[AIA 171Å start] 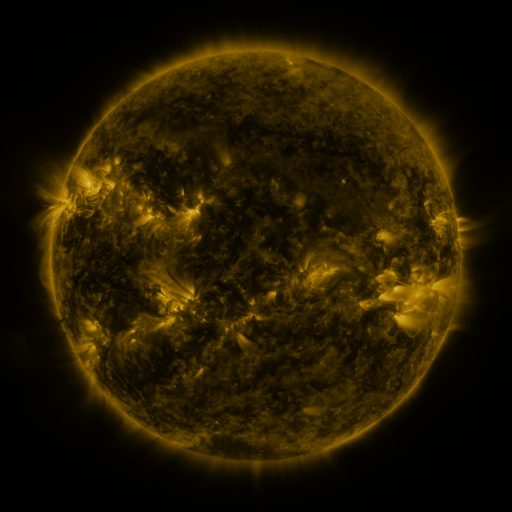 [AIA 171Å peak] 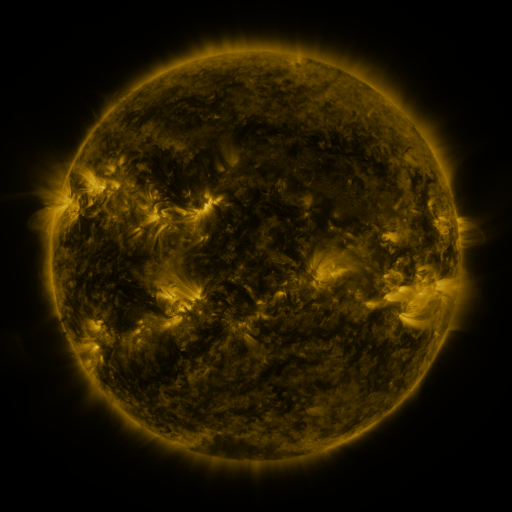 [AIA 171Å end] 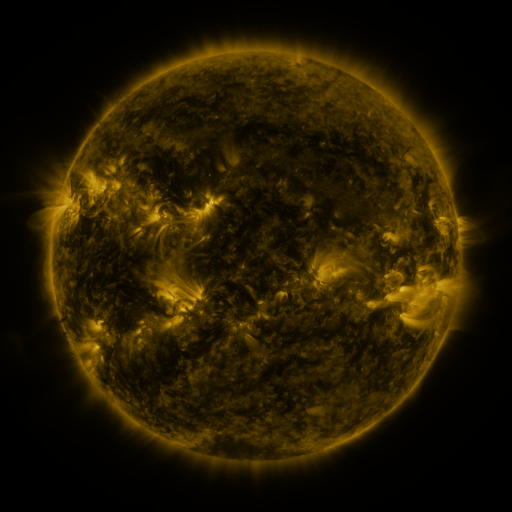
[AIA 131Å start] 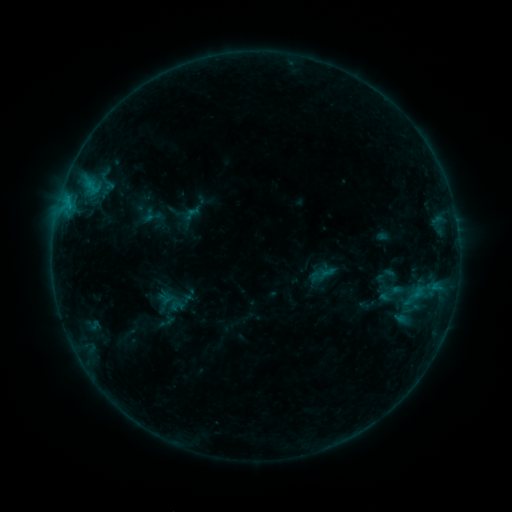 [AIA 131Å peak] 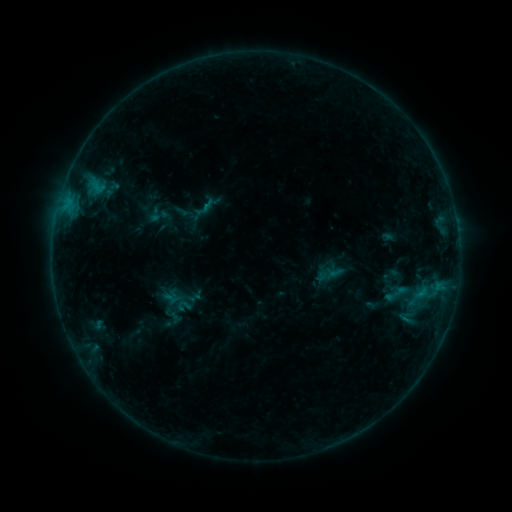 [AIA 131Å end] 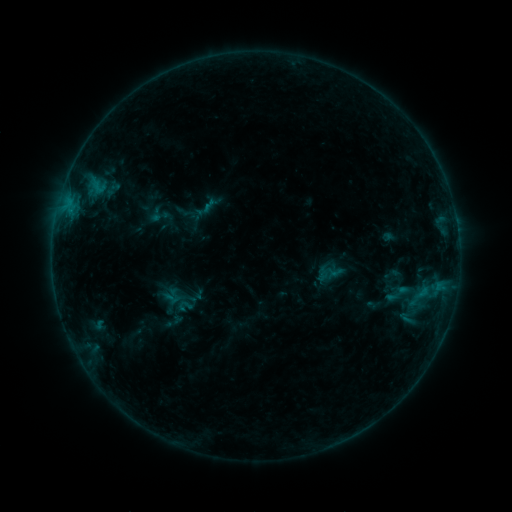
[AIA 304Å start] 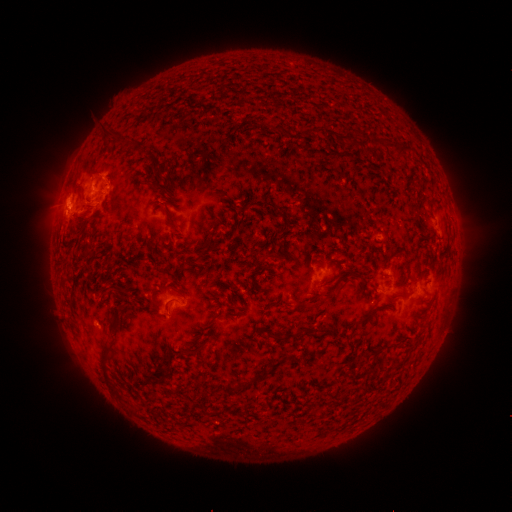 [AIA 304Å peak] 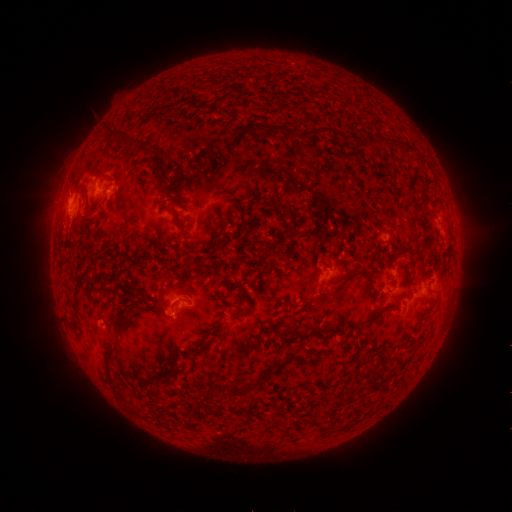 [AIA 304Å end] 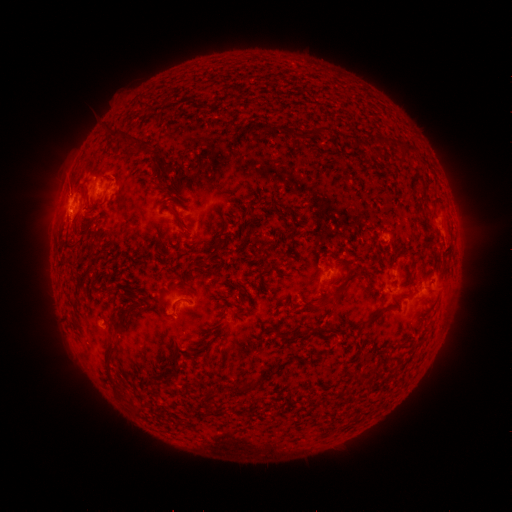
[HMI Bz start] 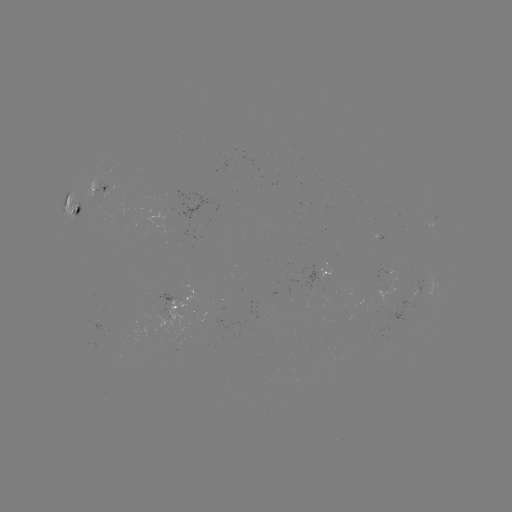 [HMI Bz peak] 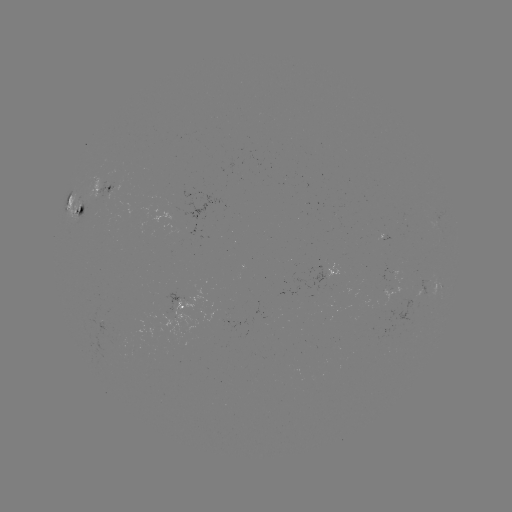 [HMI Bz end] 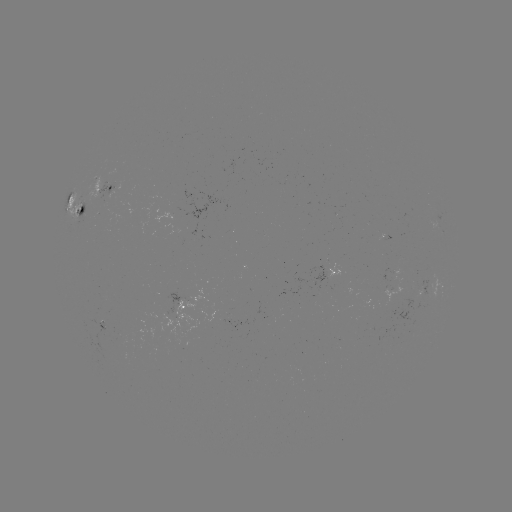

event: emerging-flux region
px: (99, 317)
